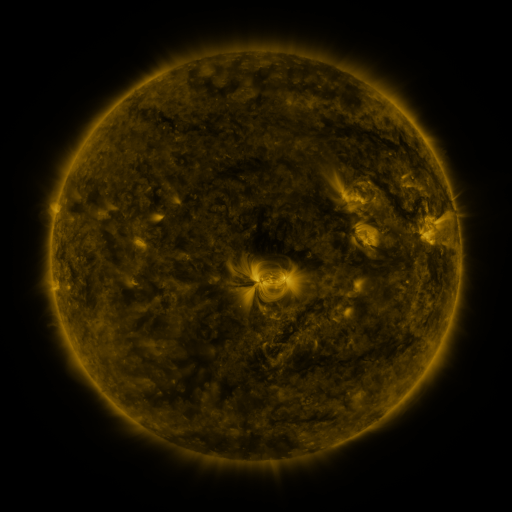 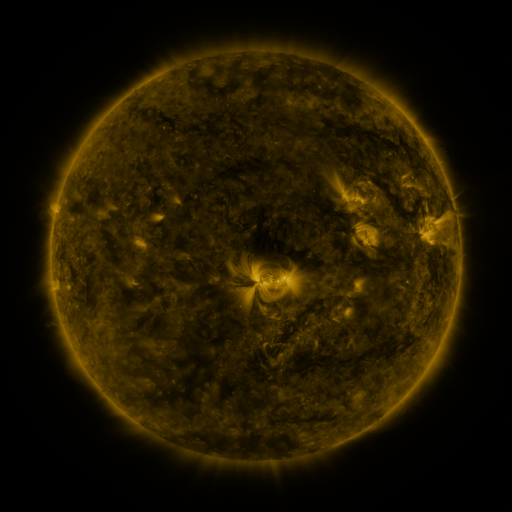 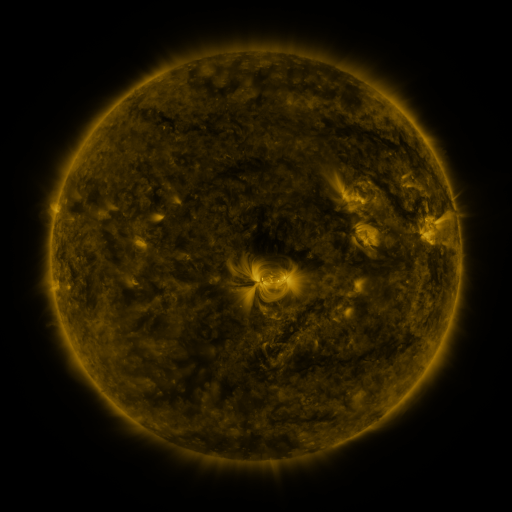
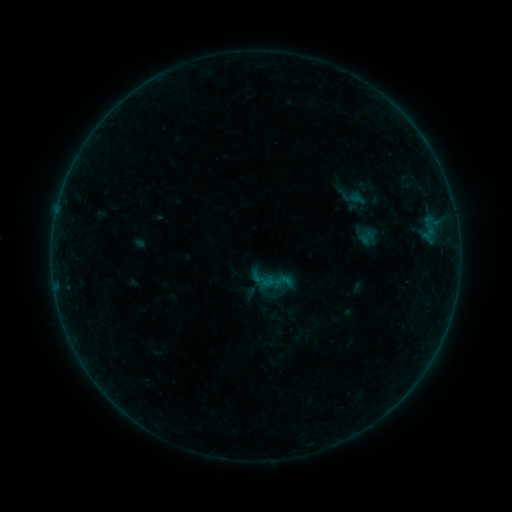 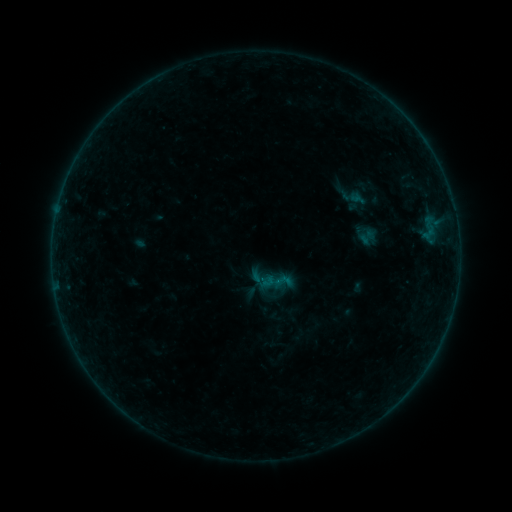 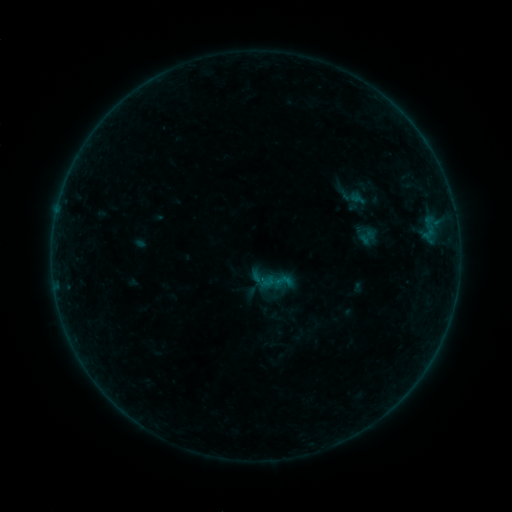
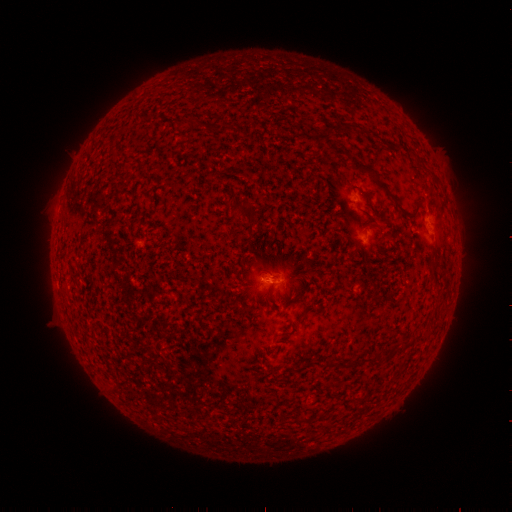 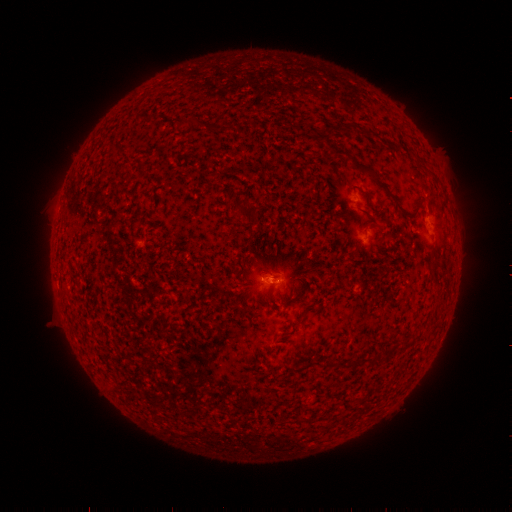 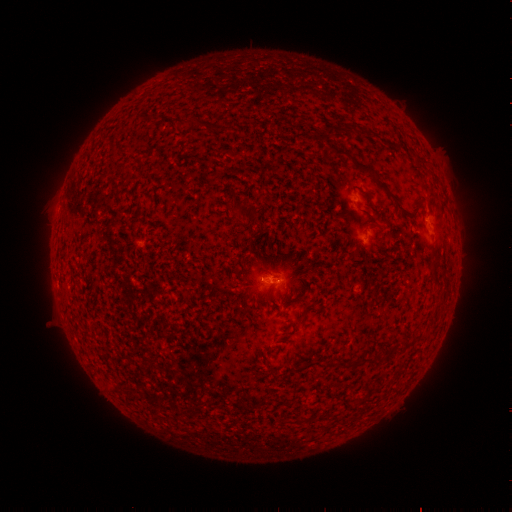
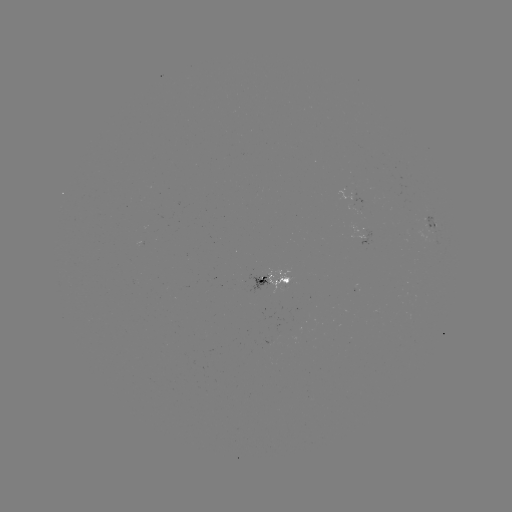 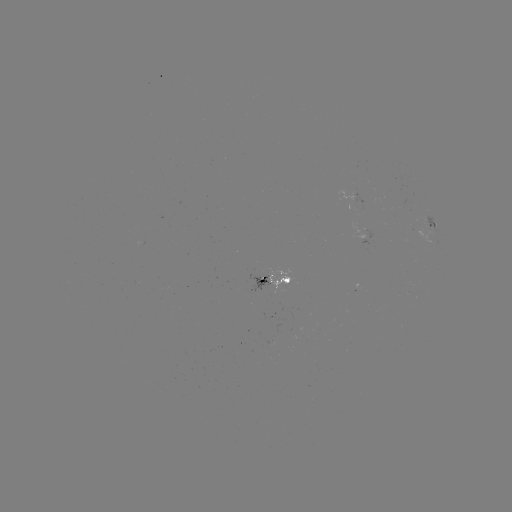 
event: flare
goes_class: B1.7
